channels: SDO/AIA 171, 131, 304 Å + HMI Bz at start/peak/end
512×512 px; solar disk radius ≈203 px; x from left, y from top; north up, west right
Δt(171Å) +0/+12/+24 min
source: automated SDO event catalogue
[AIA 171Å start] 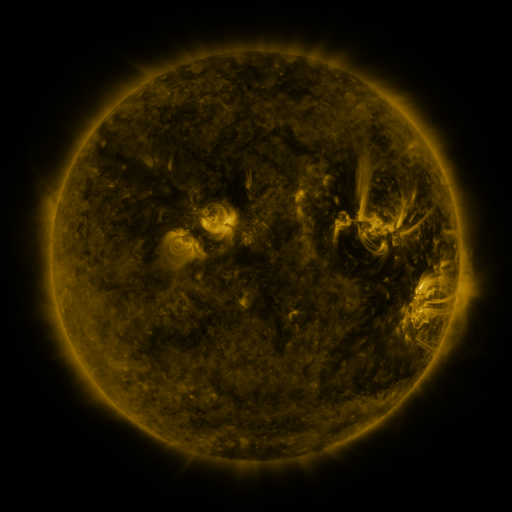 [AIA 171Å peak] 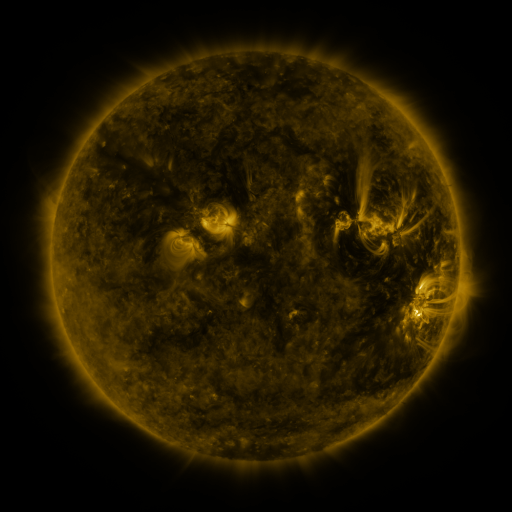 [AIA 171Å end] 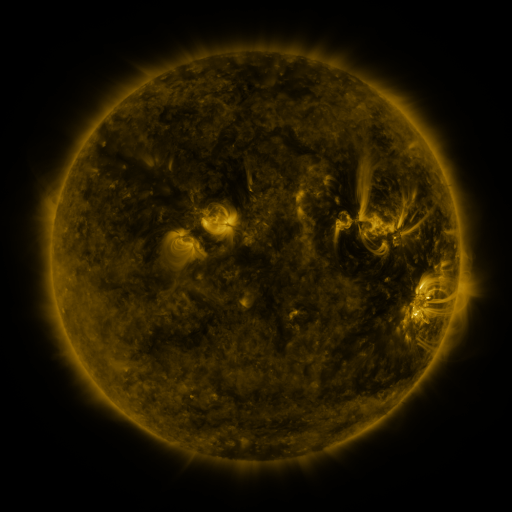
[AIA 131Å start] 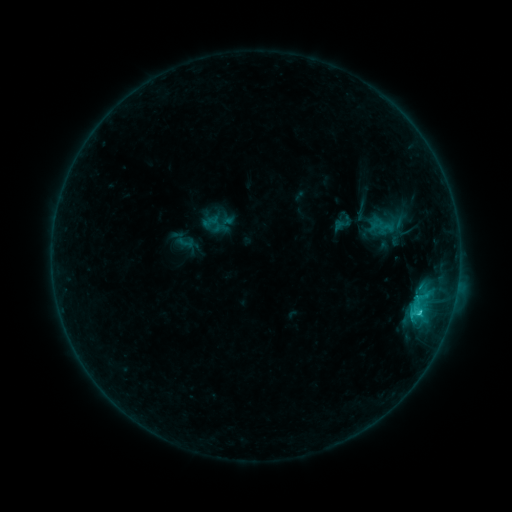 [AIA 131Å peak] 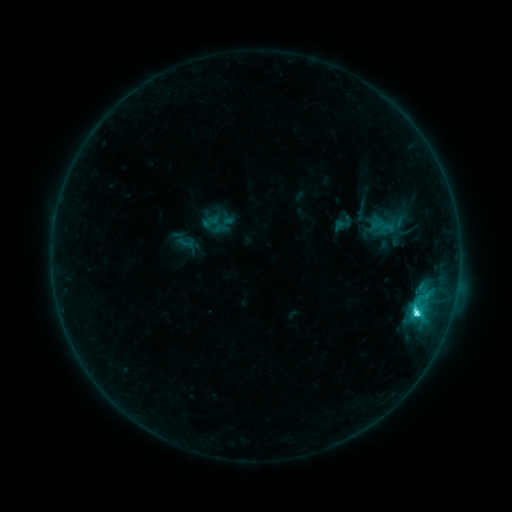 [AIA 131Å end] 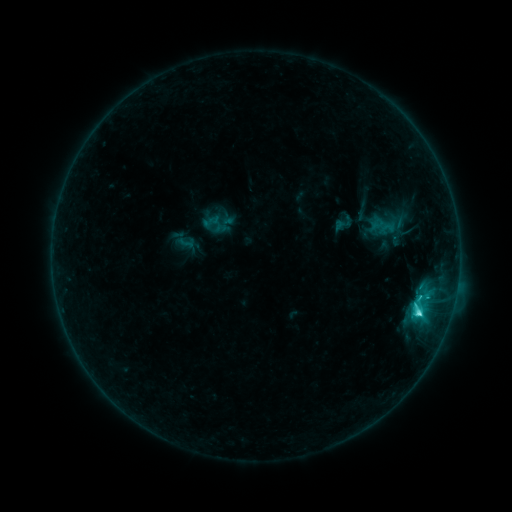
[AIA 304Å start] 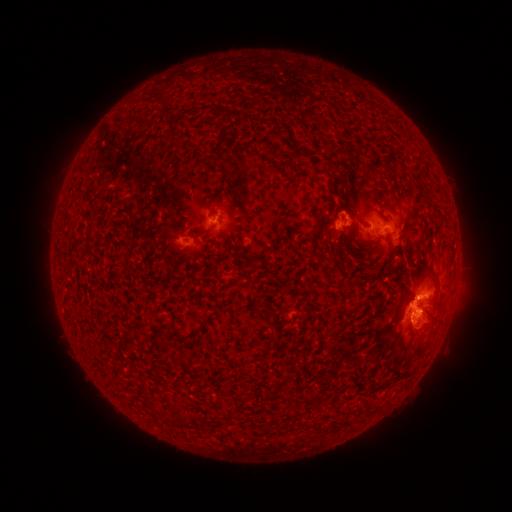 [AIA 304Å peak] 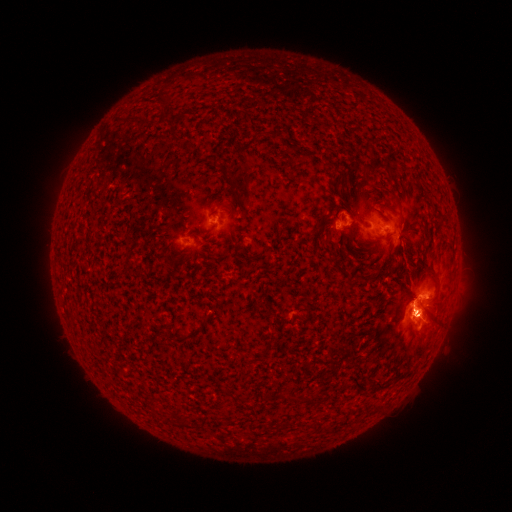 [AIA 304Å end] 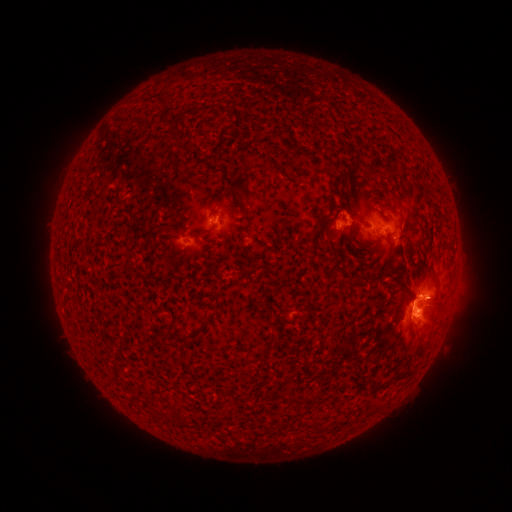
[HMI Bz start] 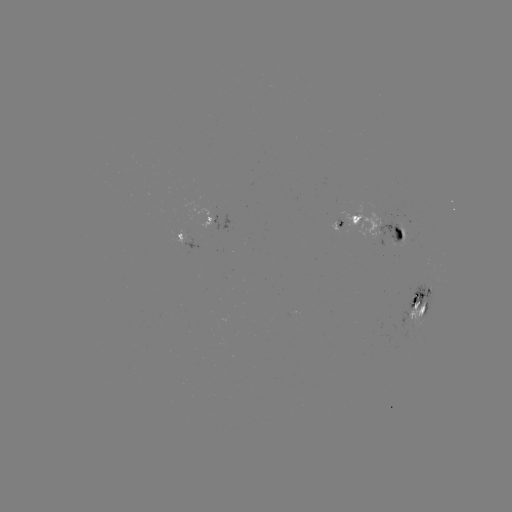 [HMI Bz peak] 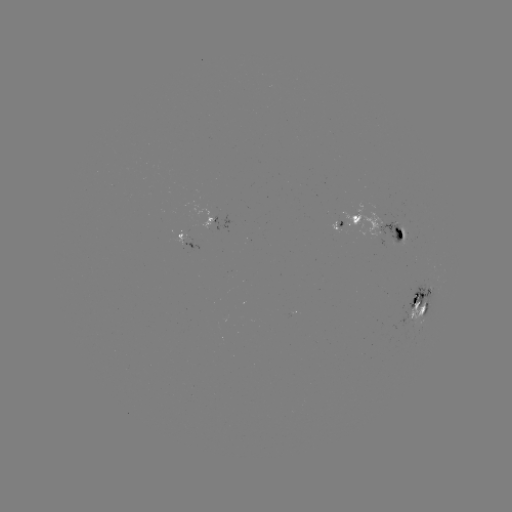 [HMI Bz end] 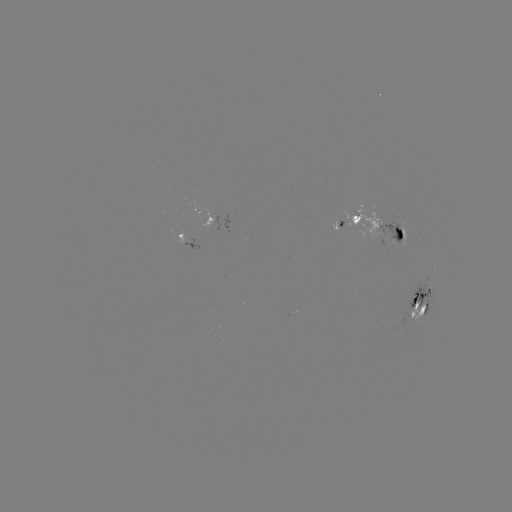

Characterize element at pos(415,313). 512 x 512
C5.4 flare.